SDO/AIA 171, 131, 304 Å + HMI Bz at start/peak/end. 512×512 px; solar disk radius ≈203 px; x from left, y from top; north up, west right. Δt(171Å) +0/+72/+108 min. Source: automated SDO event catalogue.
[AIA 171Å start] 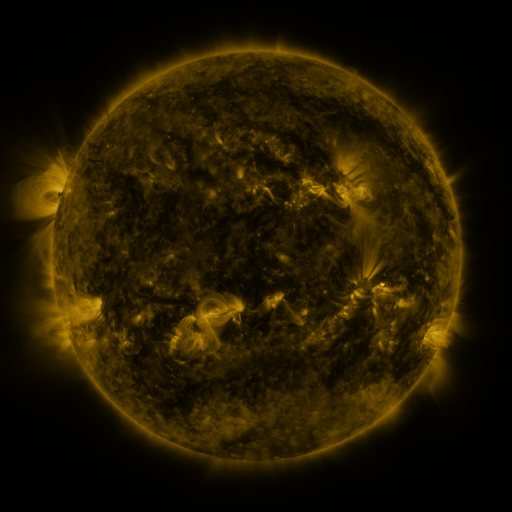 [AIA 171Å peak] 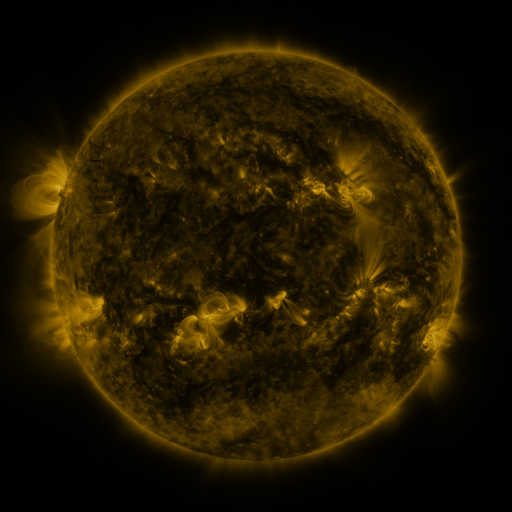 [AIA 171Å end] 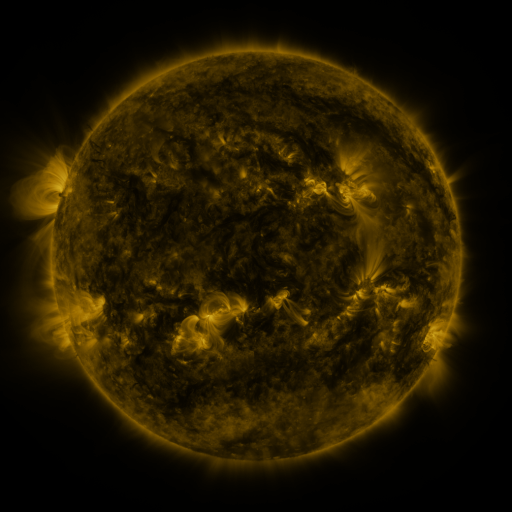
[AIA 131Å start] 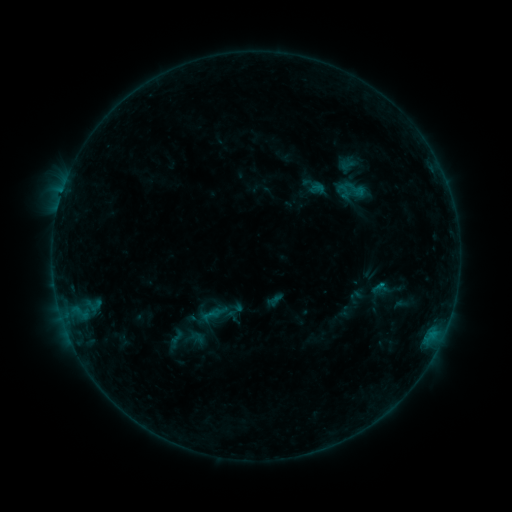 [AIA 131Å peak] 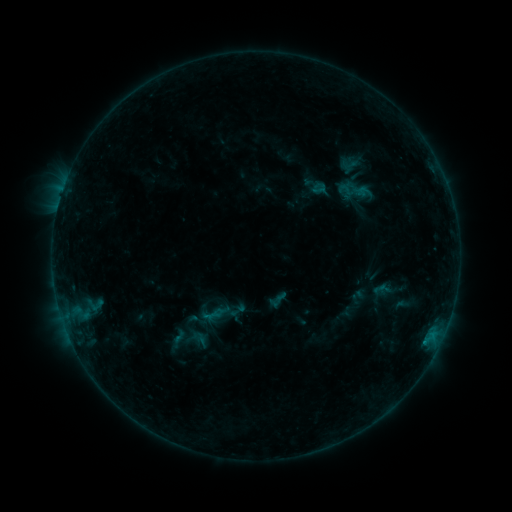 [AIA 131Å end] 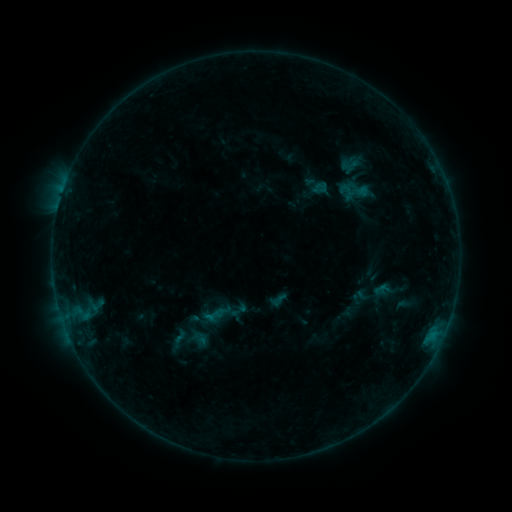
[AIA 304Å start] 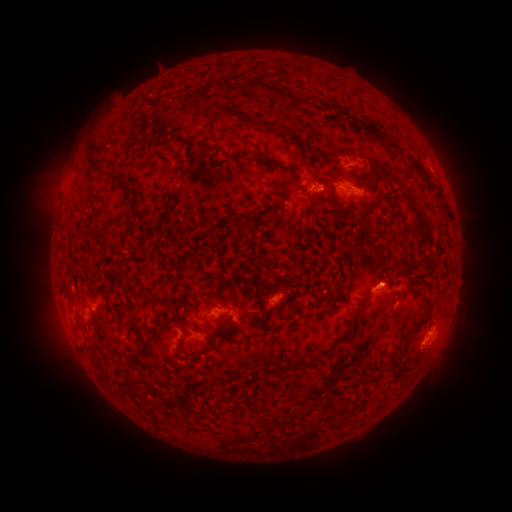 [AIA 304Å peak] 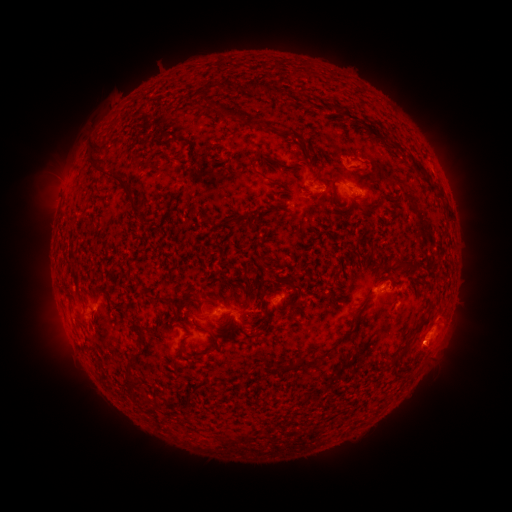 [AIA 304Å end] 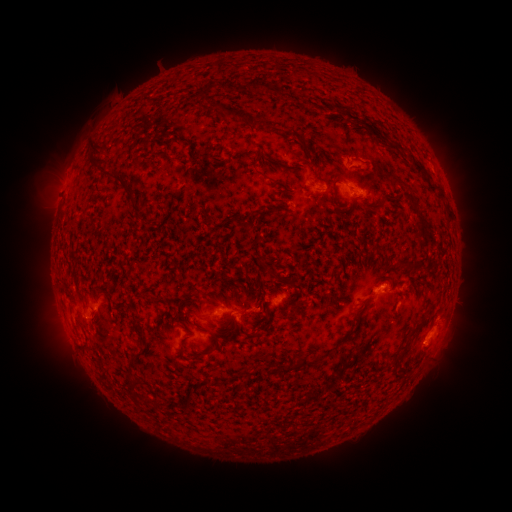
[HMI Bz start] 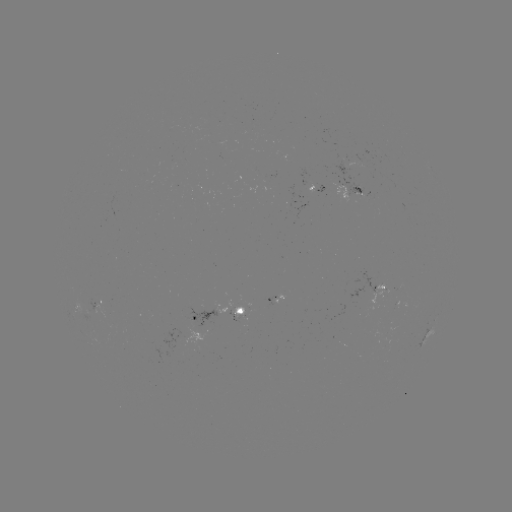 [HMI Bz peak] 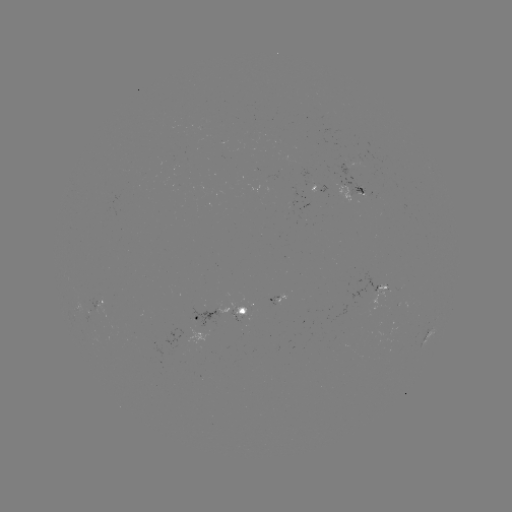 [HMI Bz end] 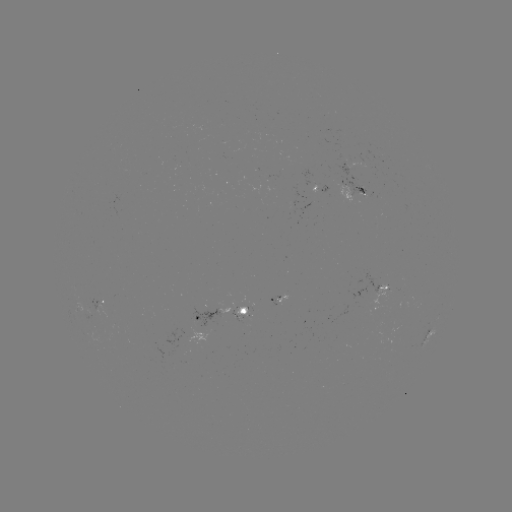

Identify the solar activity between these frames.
emerging-flux region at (316, 185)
